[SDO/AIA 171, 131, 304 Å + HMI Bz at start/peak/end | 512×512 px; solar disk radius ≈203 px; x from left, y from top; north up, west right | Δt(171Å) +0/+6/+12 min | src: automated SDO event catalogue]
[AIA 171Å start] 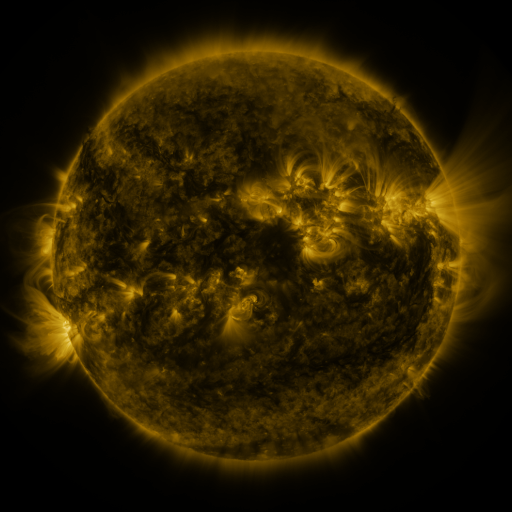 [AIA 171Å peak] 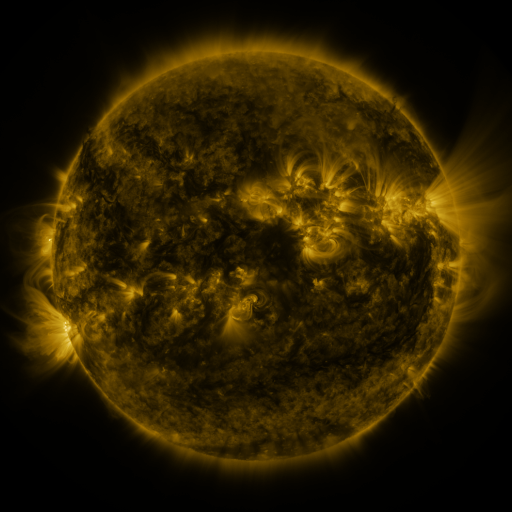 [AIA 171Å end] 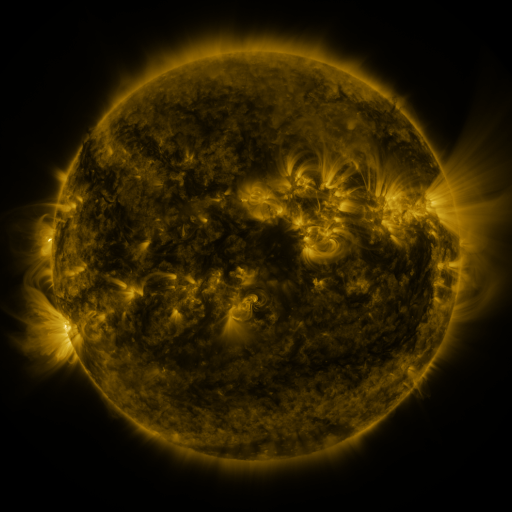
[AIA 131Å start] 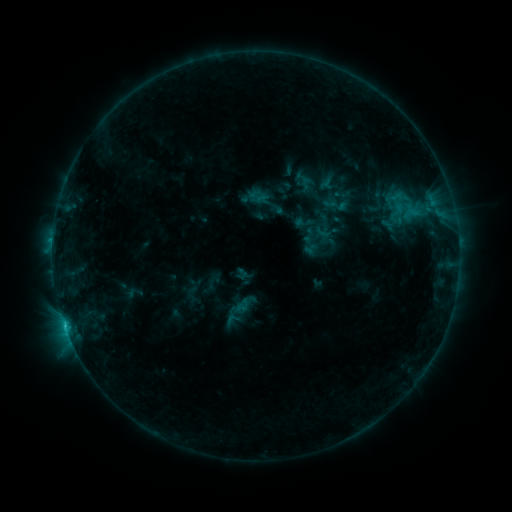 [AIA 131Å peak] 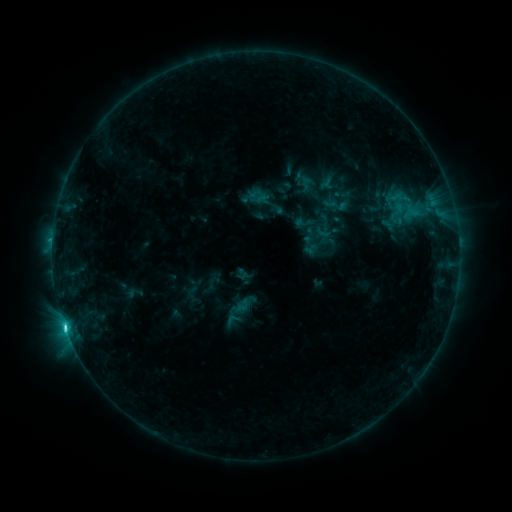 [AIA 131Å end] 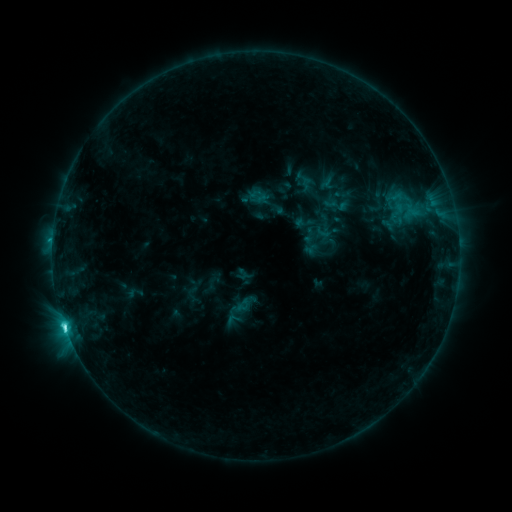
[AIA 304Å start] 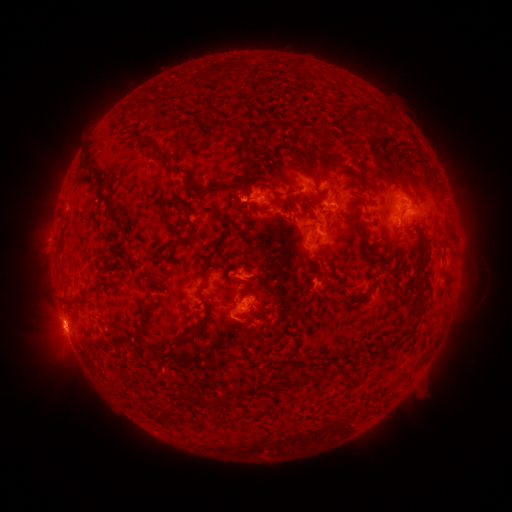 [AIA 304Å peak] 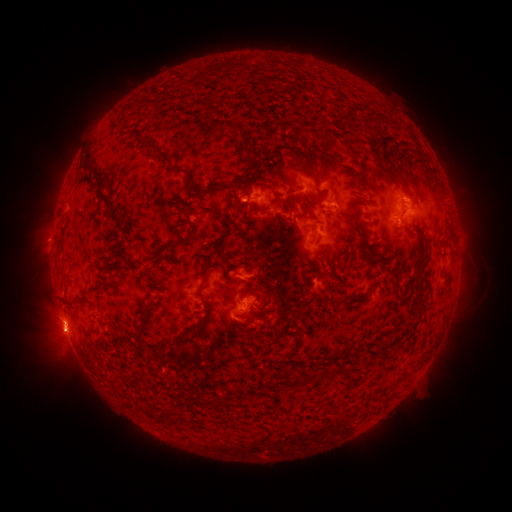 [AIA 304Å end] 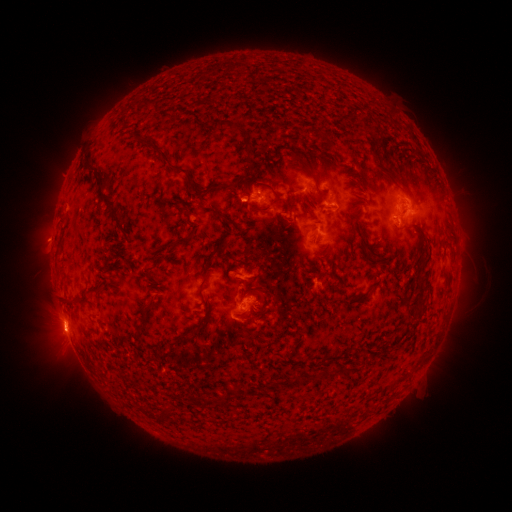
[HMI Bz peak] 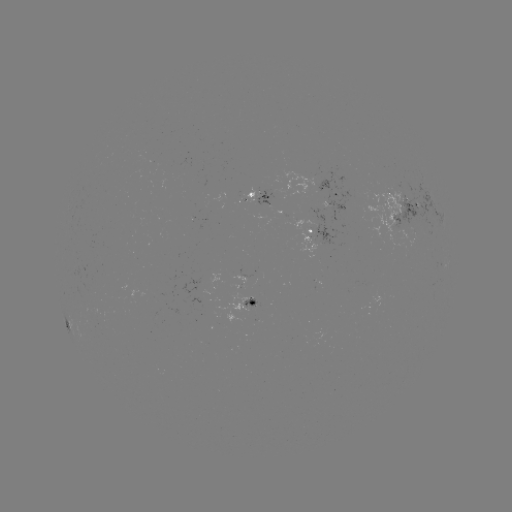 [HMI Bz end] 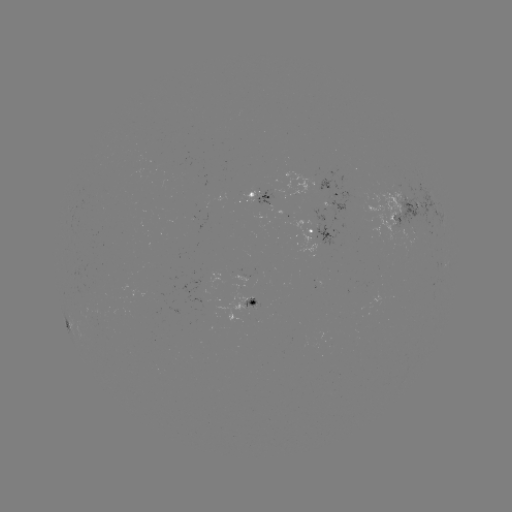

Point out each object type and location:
eruption: (62, 344)
